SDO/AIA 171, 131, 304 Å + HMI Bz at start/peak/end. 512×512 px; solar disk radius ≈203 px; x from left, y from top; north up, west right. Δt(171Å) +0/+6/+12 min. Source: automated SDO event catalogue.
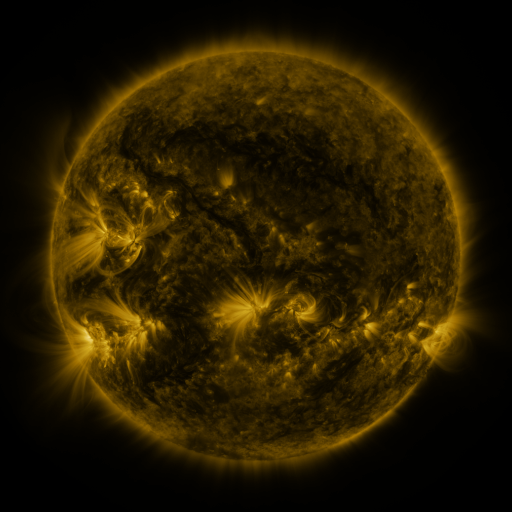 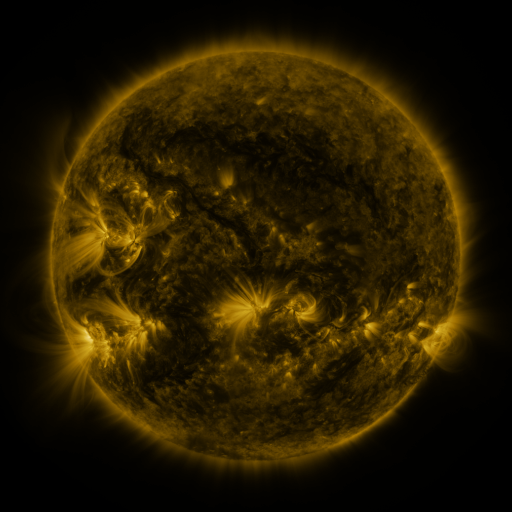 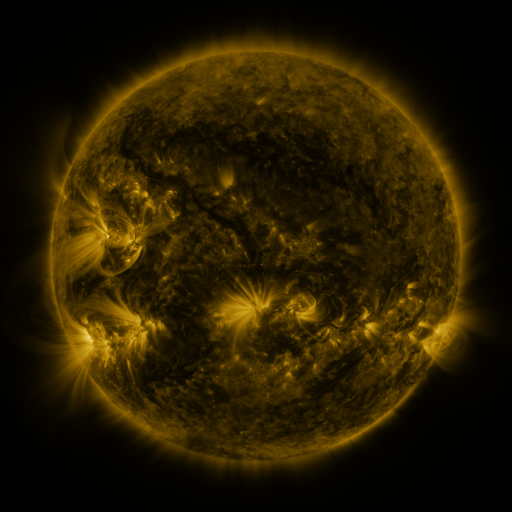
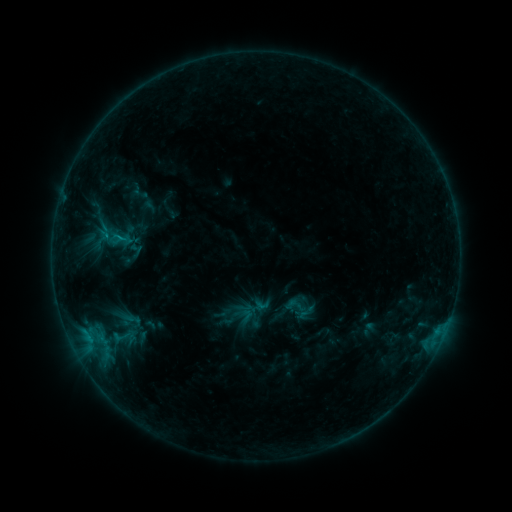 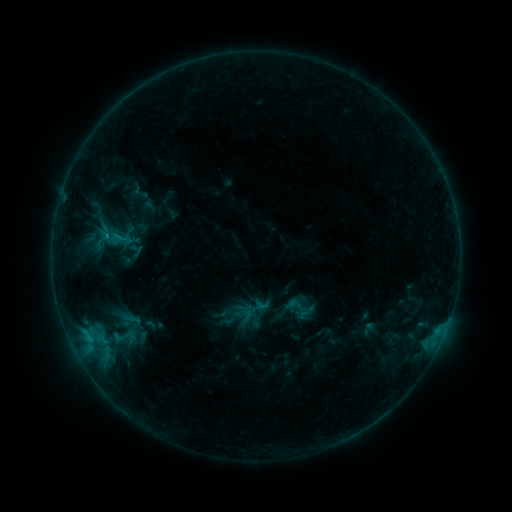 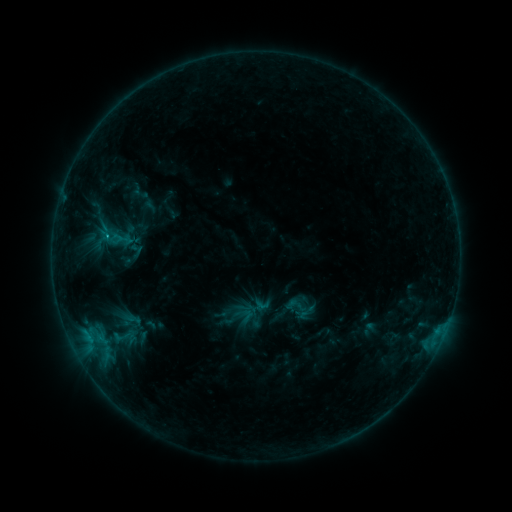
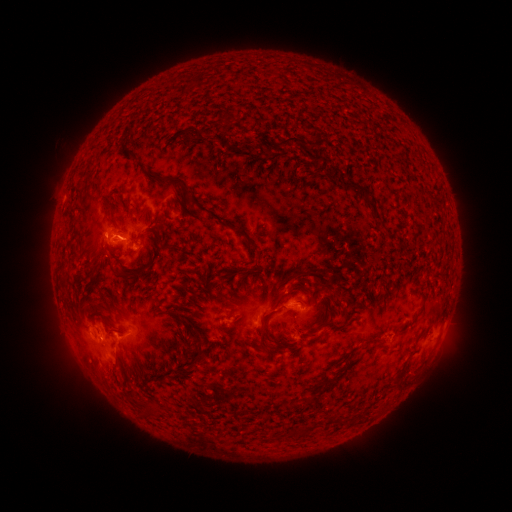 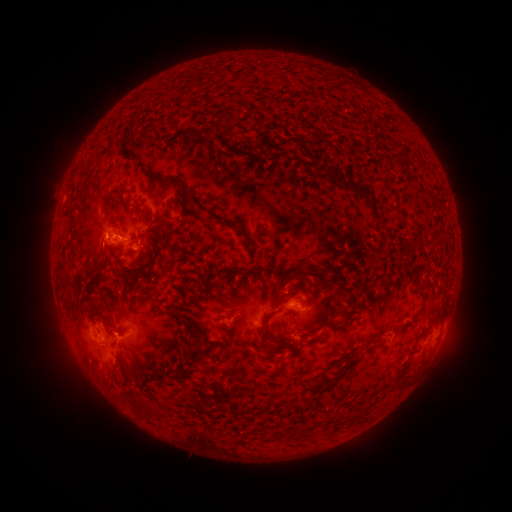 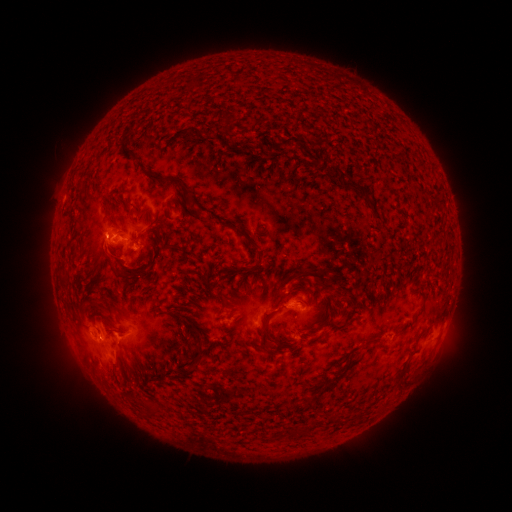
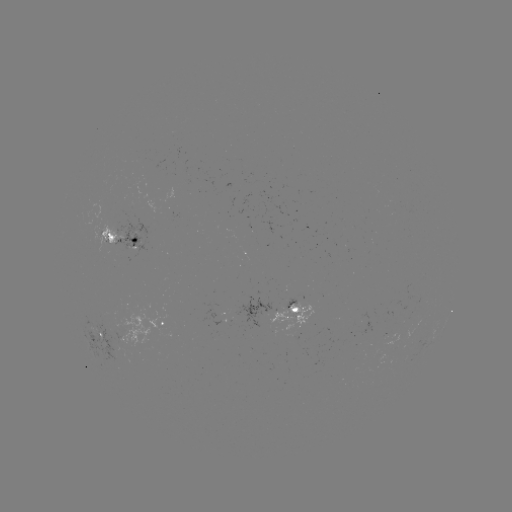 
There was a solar flare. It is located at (108, 240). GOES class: C1.0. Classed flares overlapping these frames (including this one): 1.